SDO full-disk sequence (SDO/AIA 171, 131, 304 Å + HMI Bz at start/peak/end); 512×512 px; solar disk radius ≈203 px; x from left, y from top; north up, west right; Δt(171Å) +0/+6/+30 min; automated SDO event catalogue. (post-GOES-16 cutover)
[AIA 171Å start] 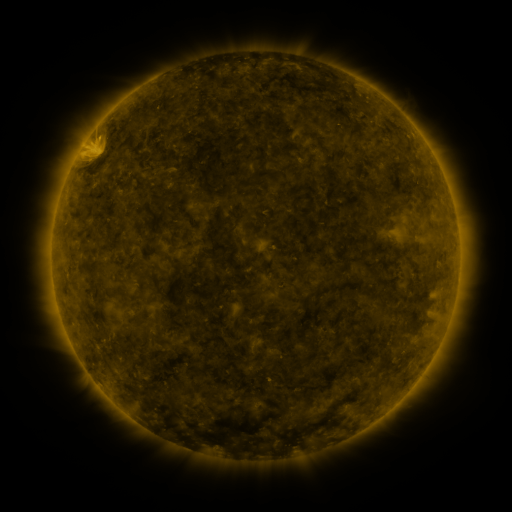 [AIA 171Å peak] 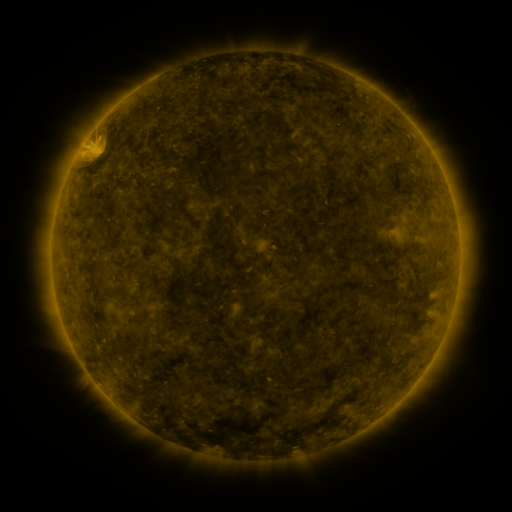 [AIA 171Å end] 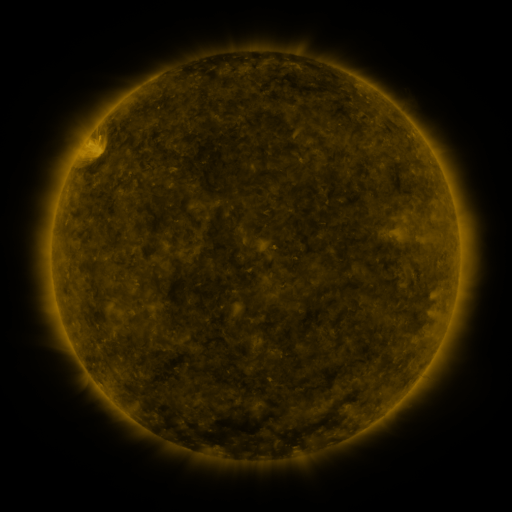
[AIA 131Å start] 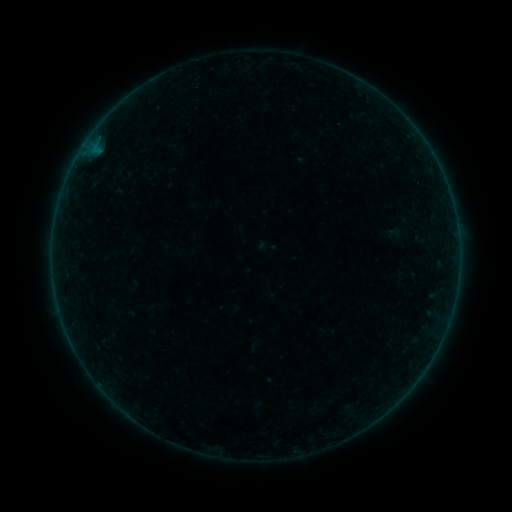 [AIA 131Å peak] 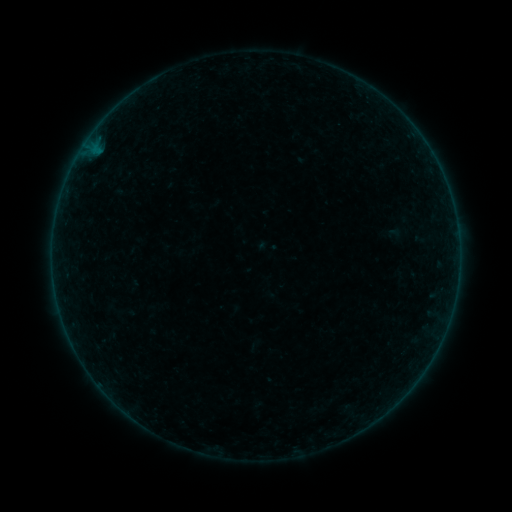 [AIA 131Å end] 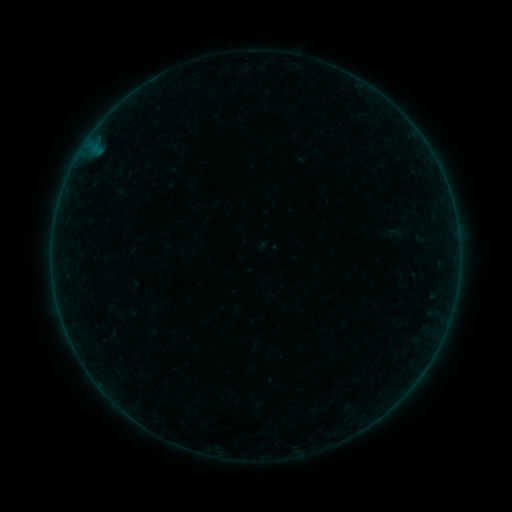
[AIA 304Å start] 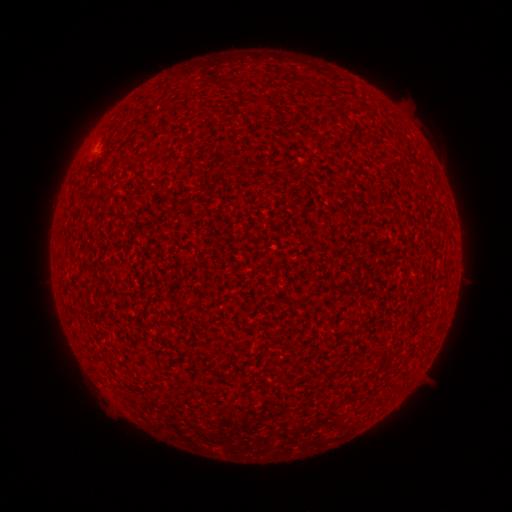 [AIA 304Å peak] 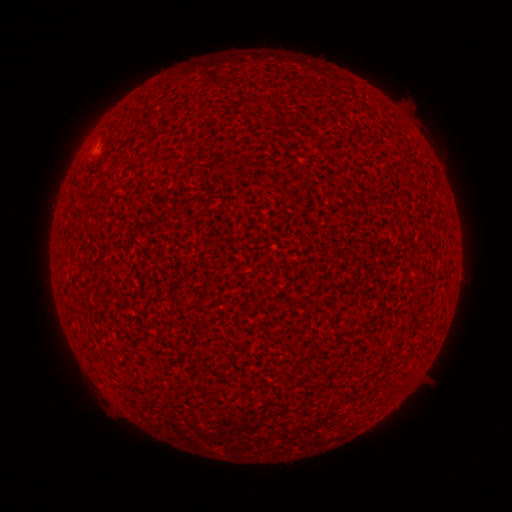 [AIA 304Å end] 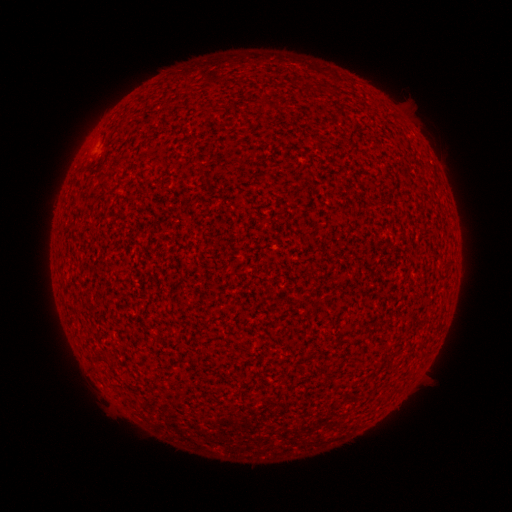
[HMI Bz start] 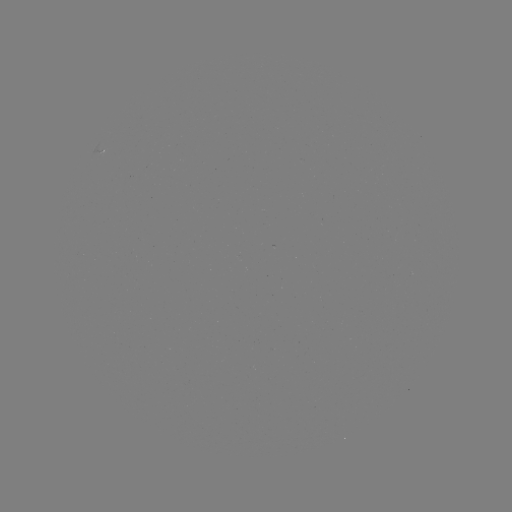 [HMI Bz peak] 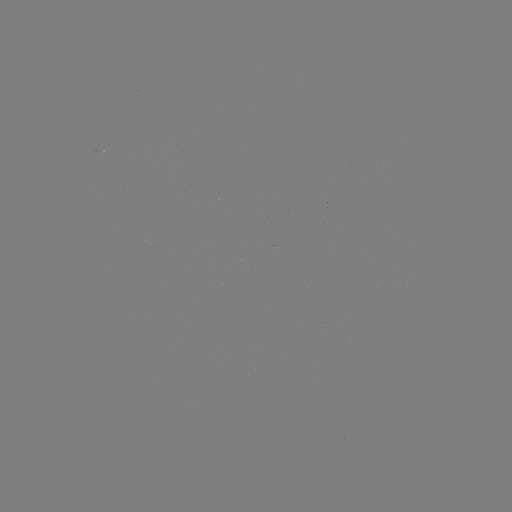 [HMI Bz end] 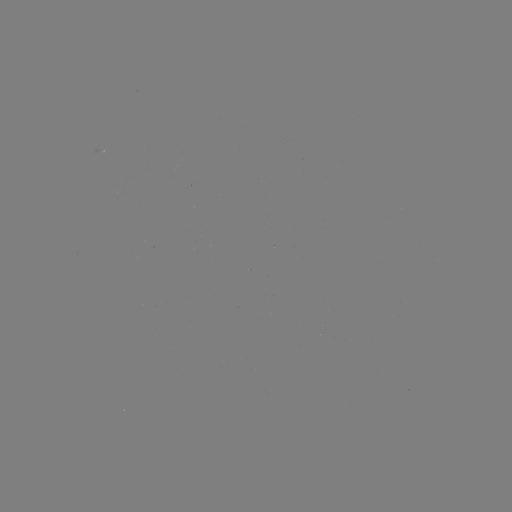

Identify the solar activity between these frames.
A3.3 flare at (95, 151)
